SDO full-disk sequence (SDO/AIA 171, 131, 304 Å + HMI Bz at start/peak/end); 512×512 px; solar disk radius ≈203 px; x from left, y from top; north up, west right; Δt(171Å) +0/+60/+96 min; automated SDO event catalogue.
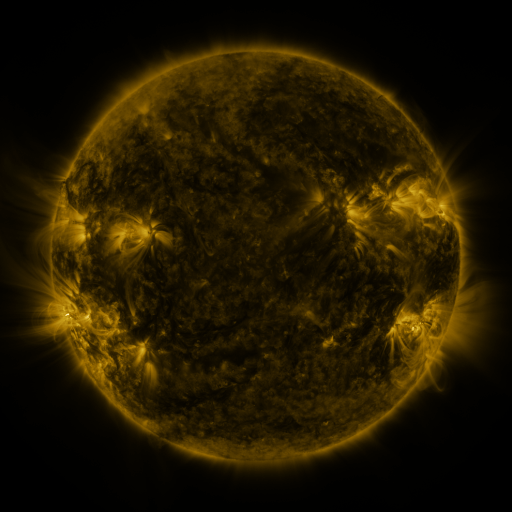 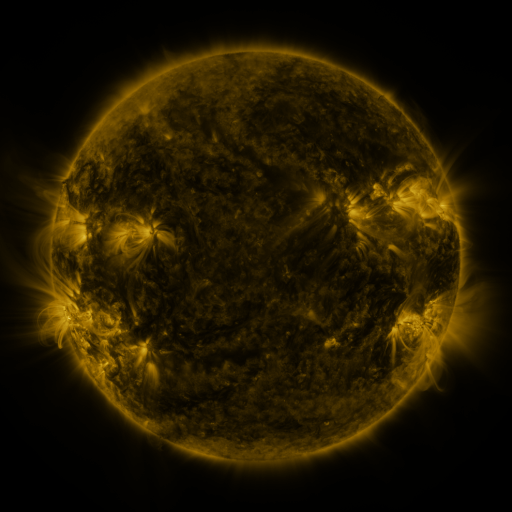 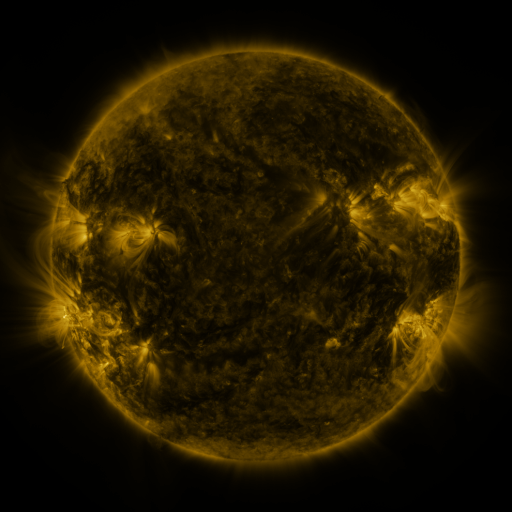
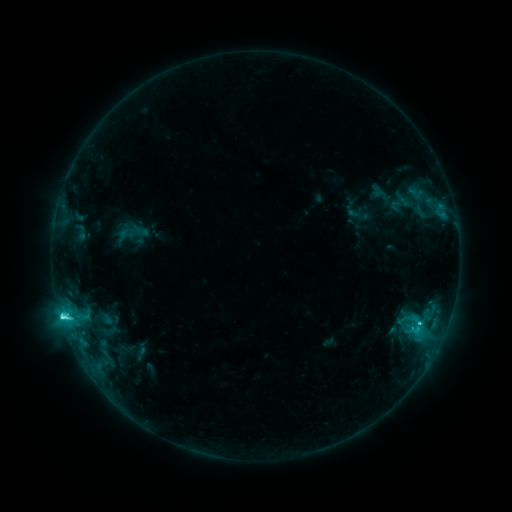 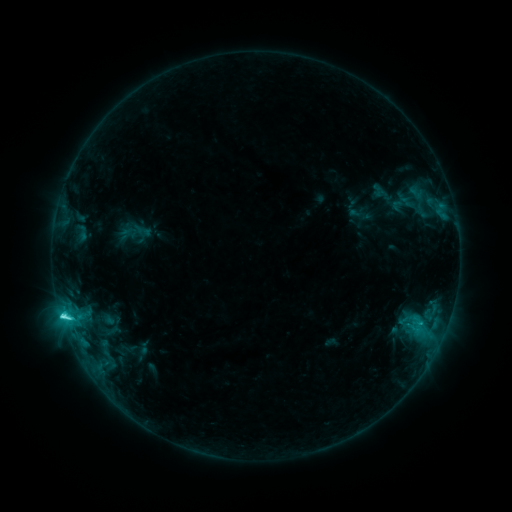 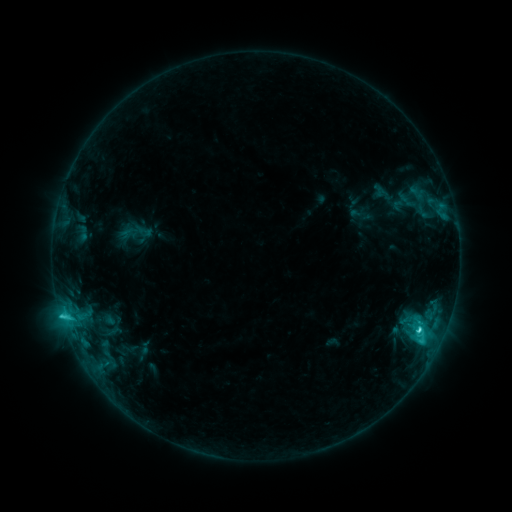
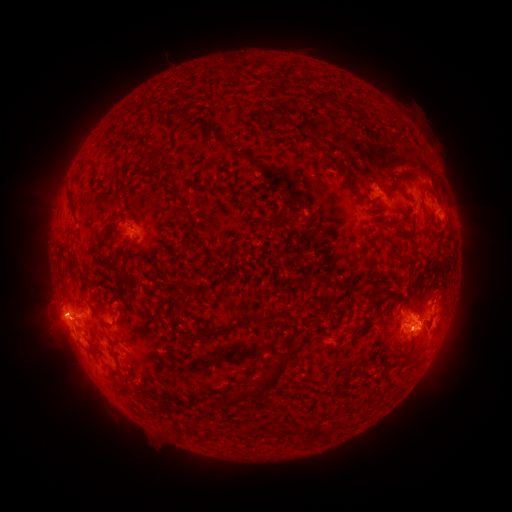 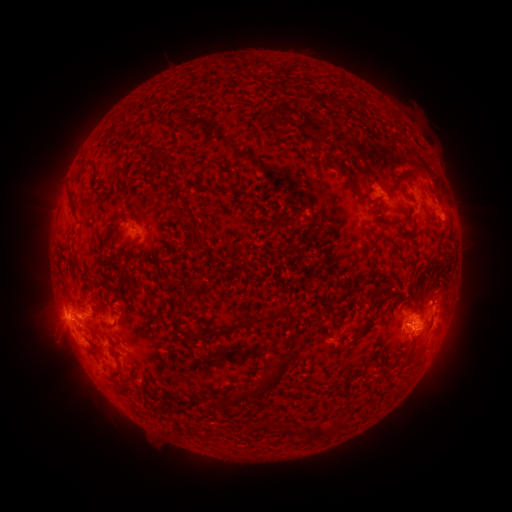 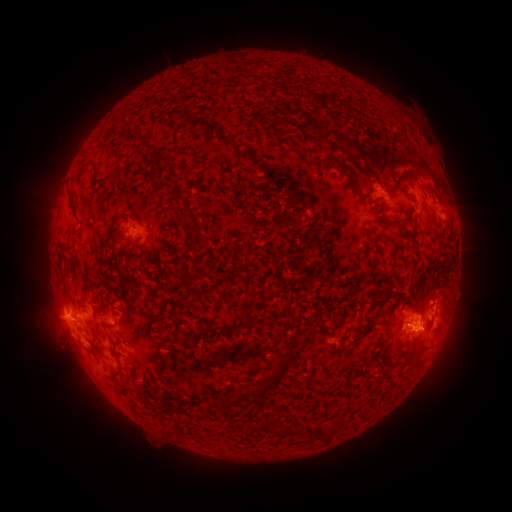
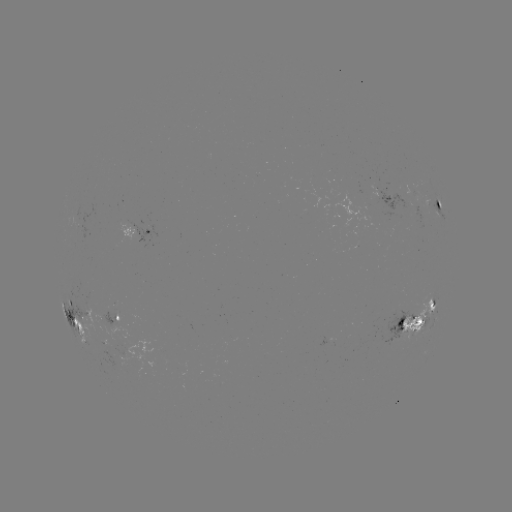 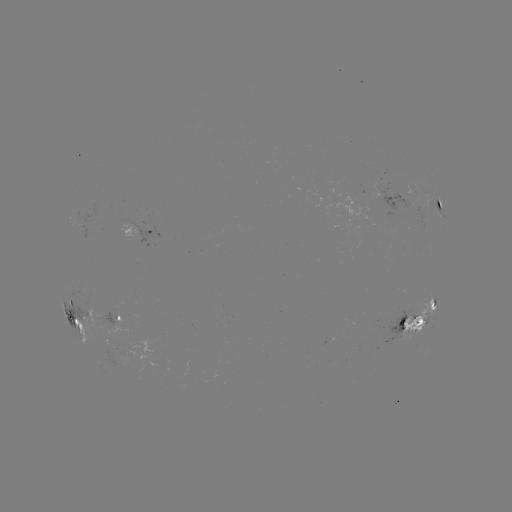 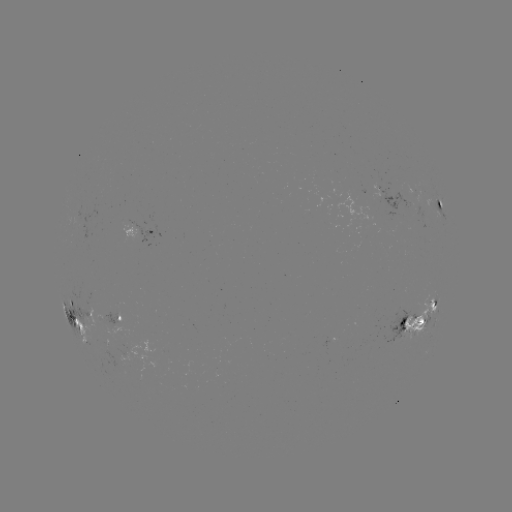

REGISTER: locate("emerging-flux region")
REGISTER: (115, 341)